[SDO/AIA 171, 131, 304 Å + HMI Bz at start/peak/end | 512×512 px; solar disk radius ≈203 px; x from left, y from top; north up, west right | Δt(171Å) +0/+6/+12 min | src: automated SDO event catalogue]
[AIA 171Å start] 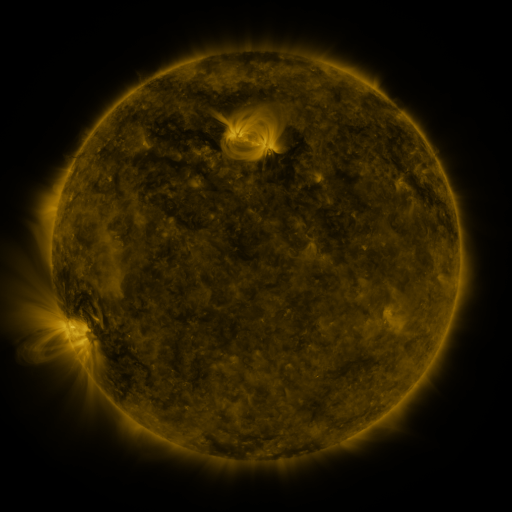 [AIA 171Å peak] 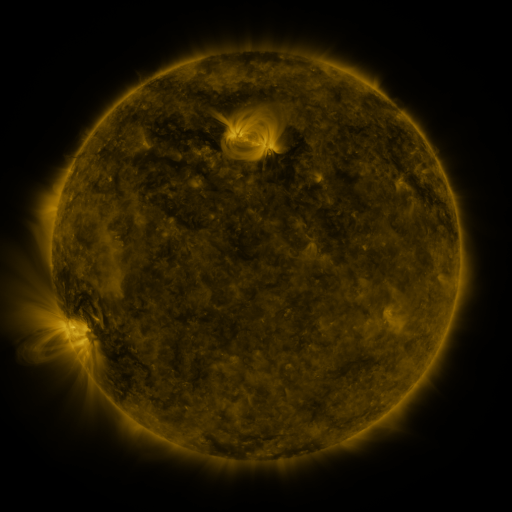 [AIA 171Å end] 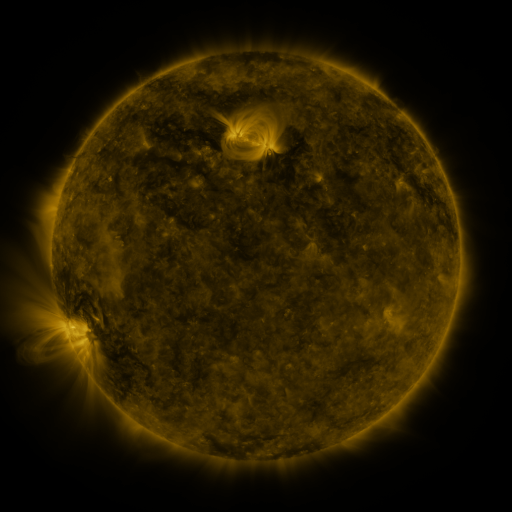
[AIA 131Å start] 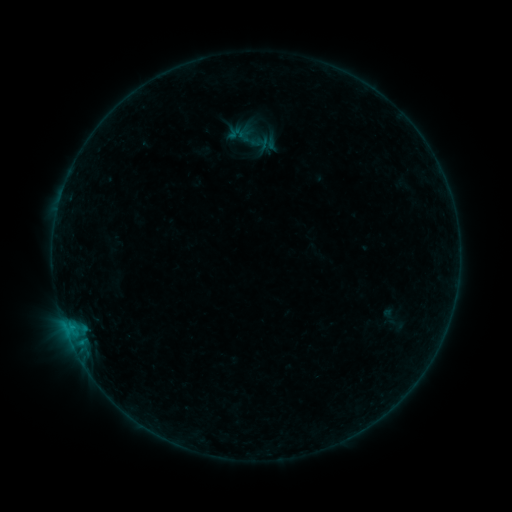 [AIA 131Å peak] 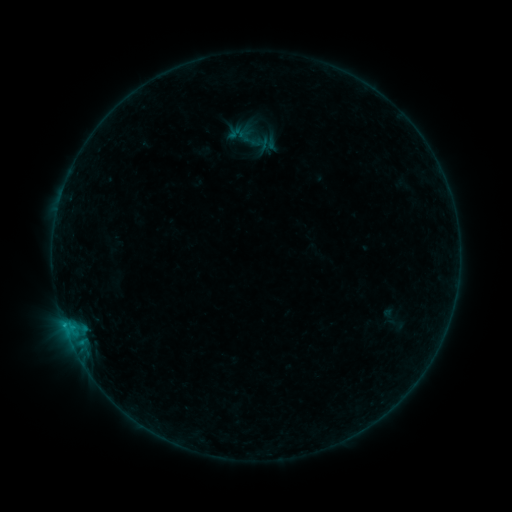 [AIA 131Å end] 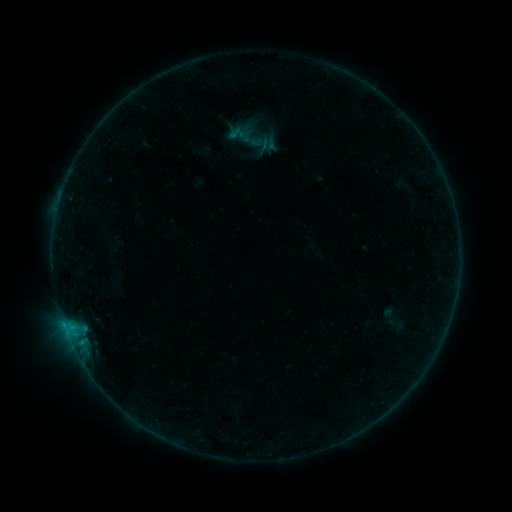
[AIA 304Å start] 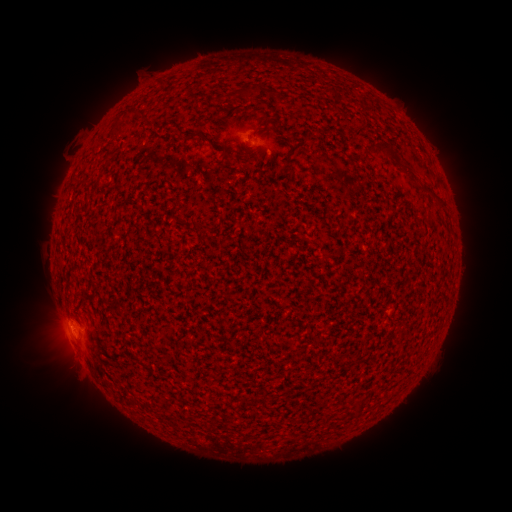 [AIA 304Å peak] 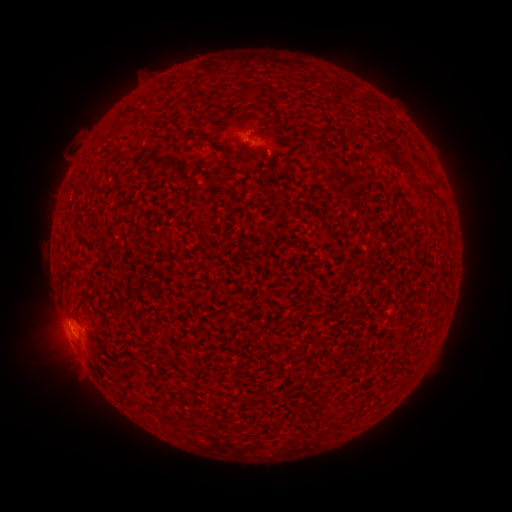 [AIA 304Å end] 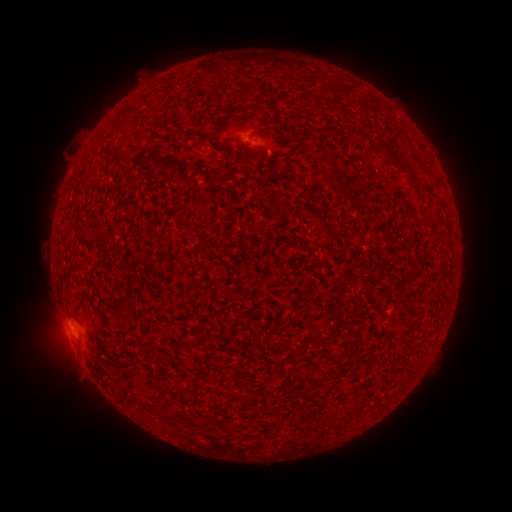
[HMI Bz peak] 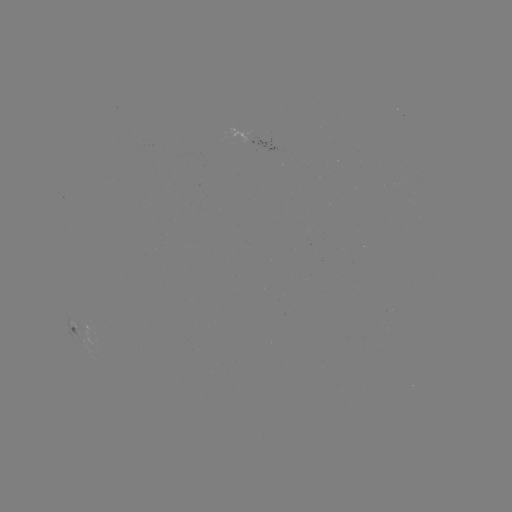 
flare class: B3.1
